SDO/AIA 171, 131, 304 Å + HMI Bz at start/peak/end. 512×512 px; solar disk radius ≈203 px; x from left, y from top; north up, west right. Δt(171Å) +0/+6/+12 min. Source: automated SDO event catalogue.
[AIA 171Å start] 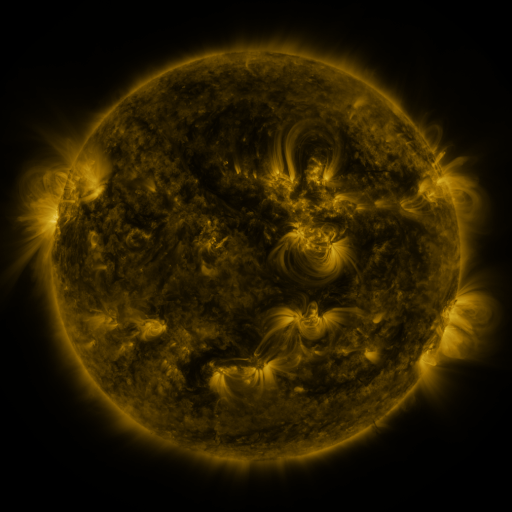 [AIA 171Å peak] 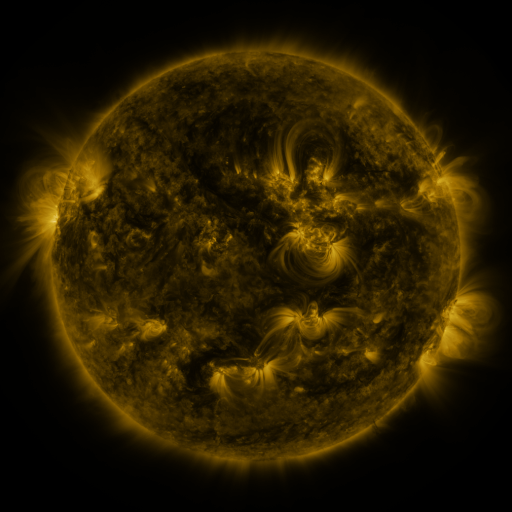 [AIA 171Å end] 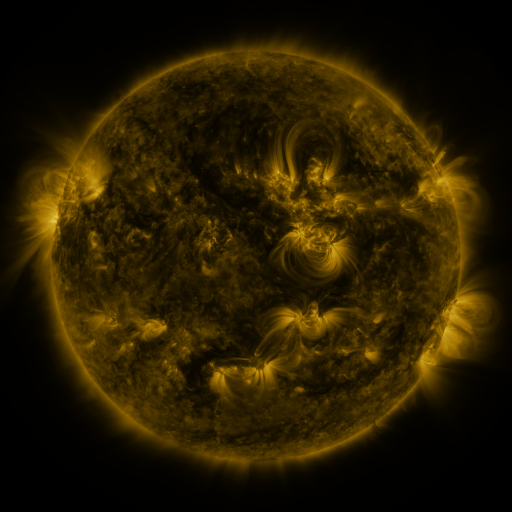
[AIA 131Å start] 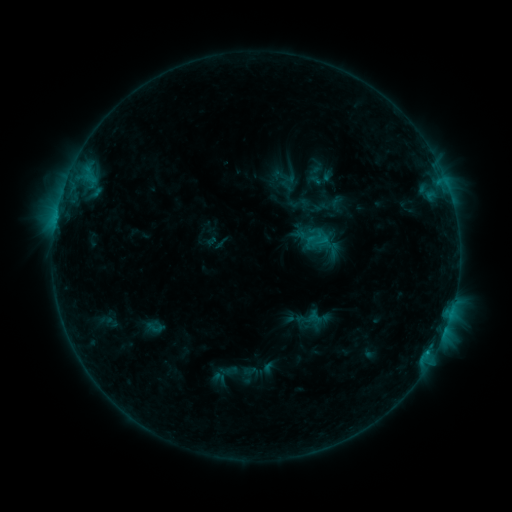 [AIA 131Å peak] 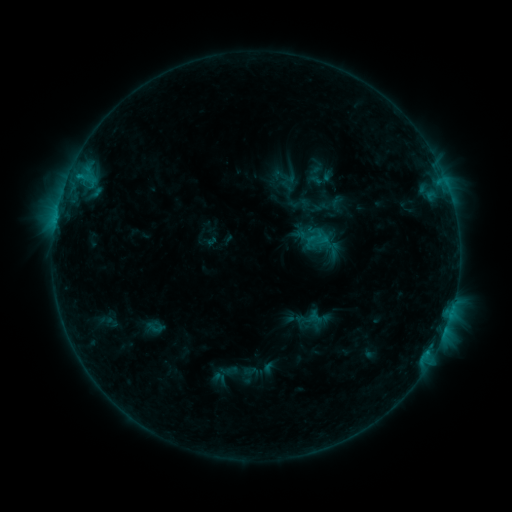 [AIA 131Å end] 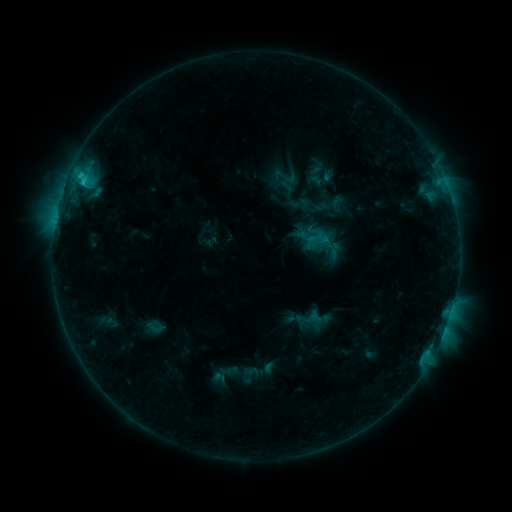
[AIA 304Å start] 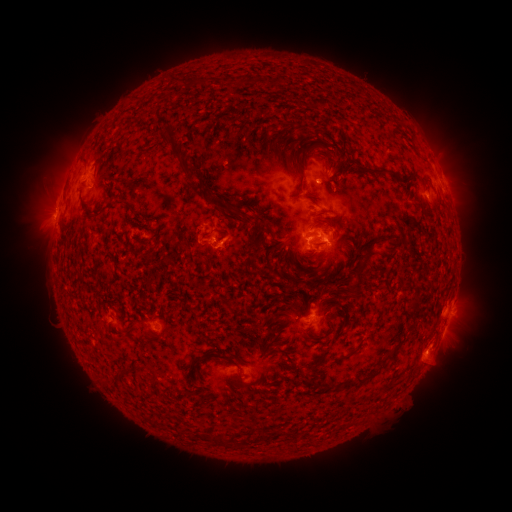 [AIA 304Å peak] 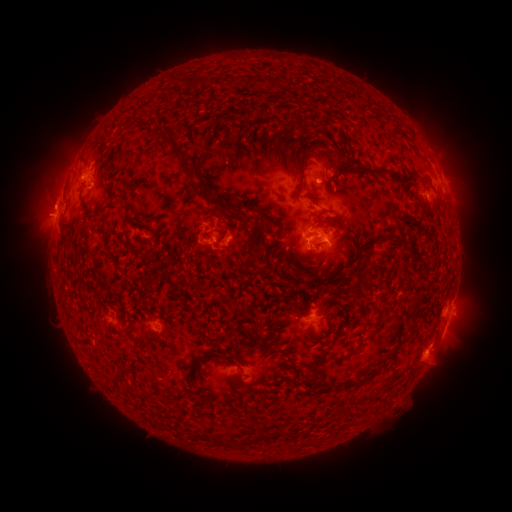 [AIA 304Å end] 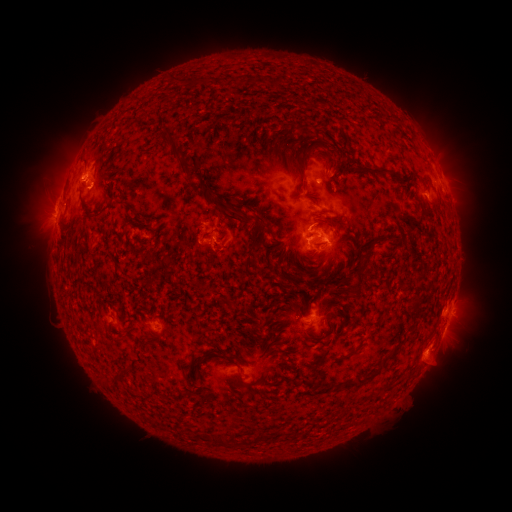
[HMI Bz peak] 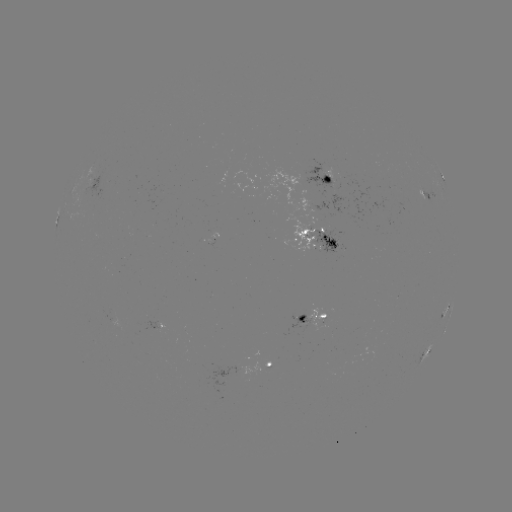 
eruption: (23, 181, 70, 224)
